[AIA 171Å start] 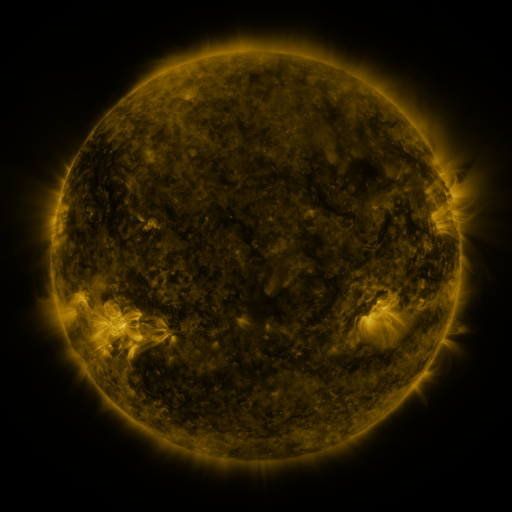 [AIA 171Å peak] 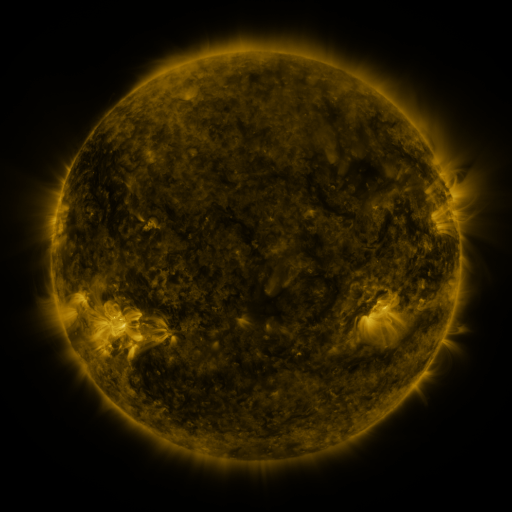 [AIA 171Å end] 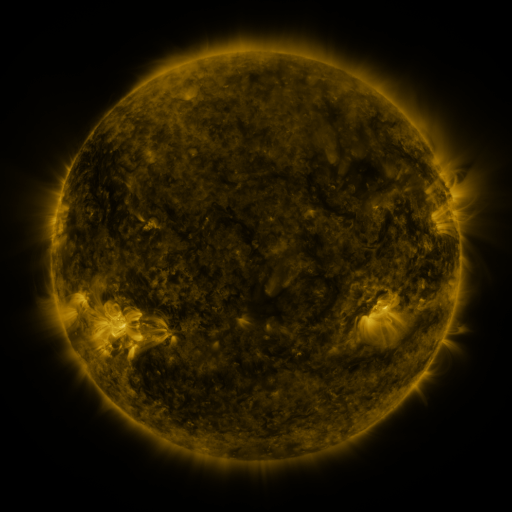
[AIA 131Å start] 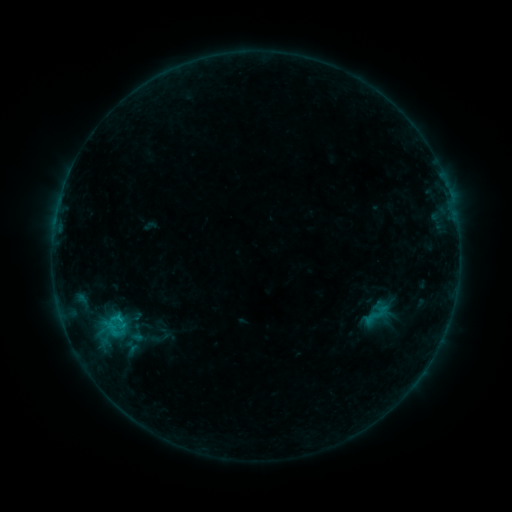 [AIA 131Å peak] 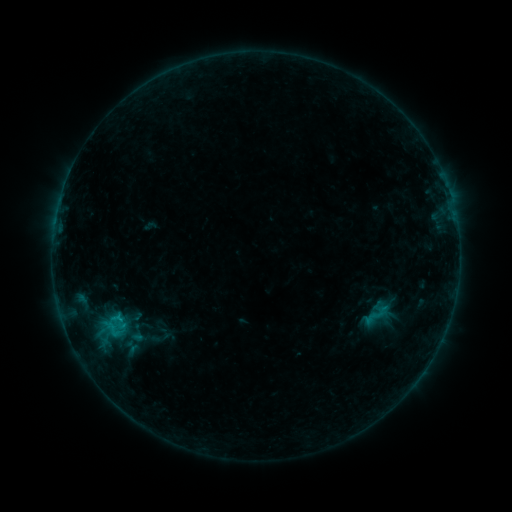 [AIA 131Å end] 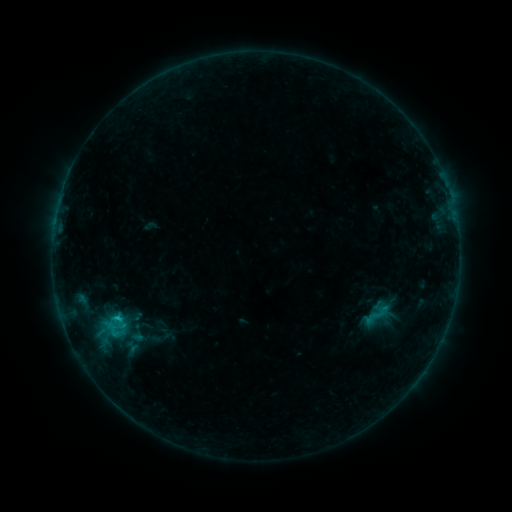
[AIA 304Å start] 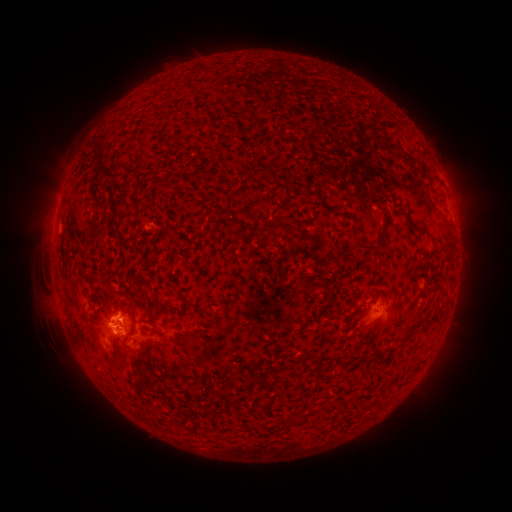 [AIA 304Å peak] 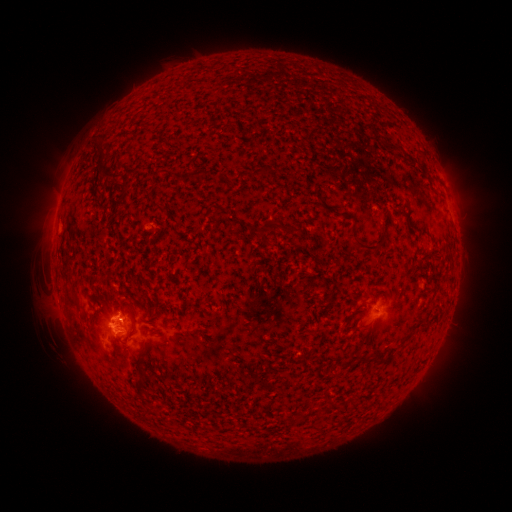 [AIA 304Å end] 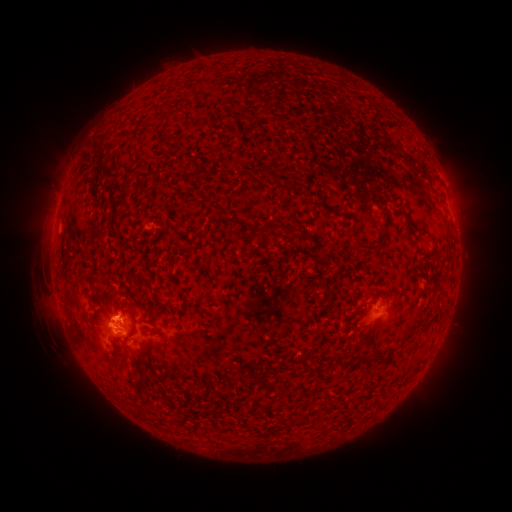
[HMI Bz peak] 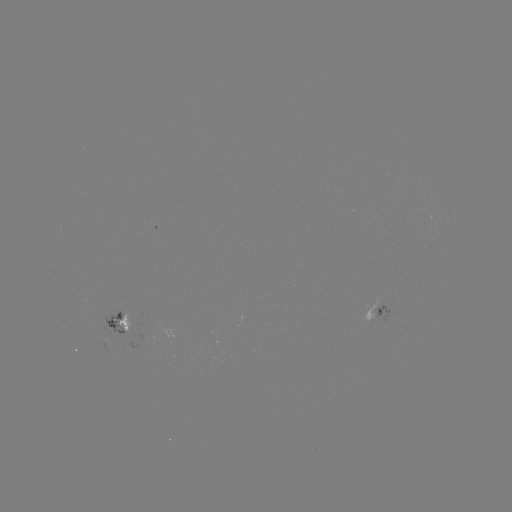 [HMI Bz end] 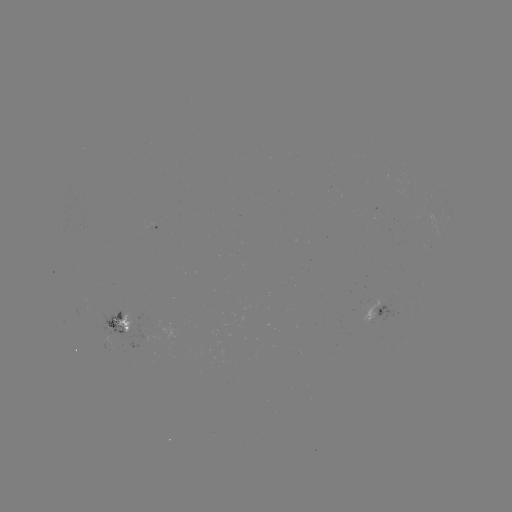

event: flare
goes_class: B8.2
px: (120, 318)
